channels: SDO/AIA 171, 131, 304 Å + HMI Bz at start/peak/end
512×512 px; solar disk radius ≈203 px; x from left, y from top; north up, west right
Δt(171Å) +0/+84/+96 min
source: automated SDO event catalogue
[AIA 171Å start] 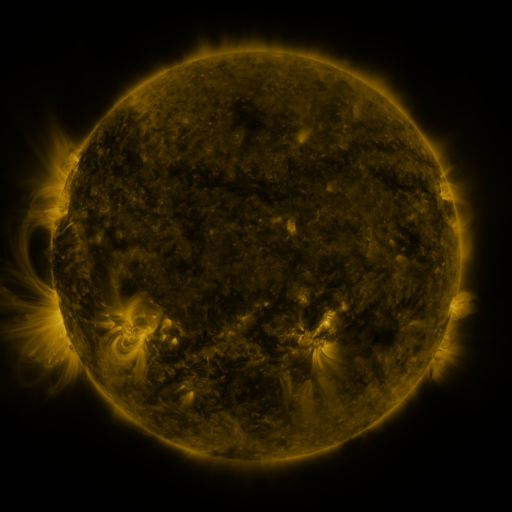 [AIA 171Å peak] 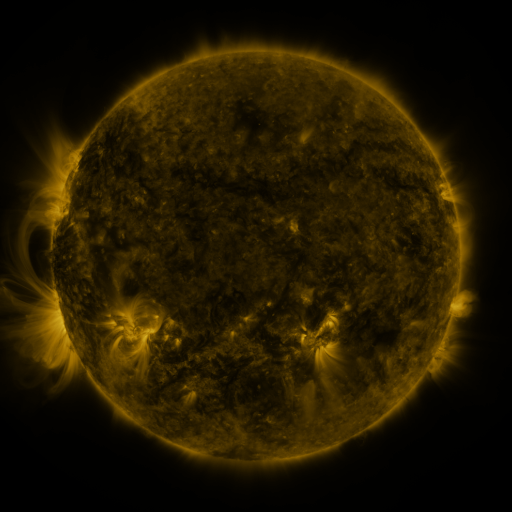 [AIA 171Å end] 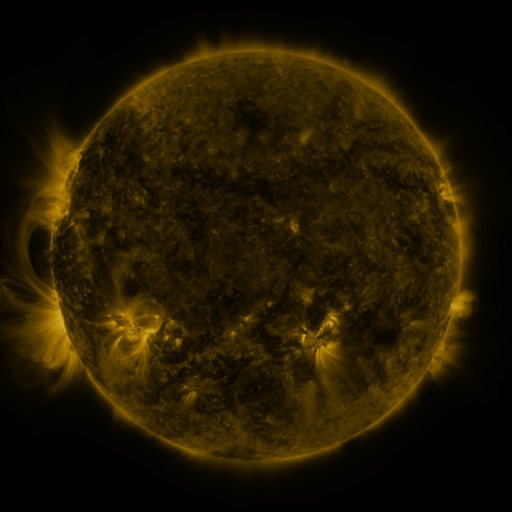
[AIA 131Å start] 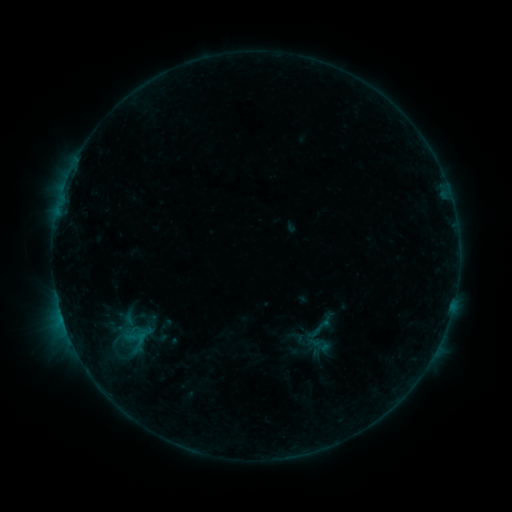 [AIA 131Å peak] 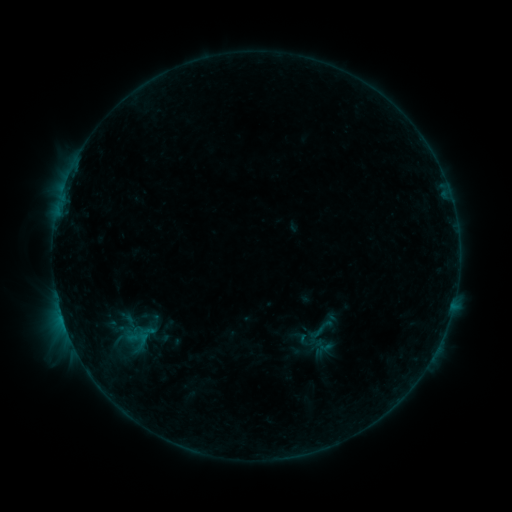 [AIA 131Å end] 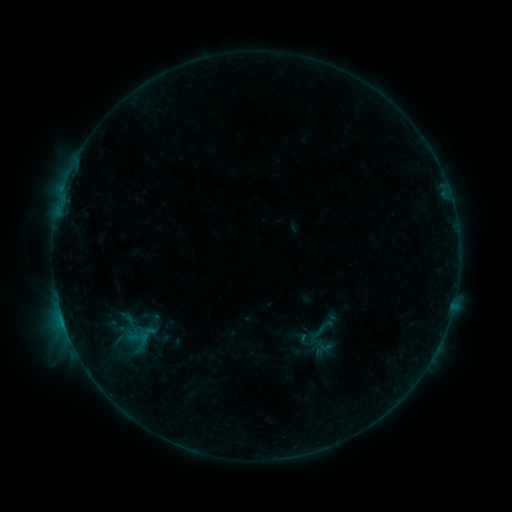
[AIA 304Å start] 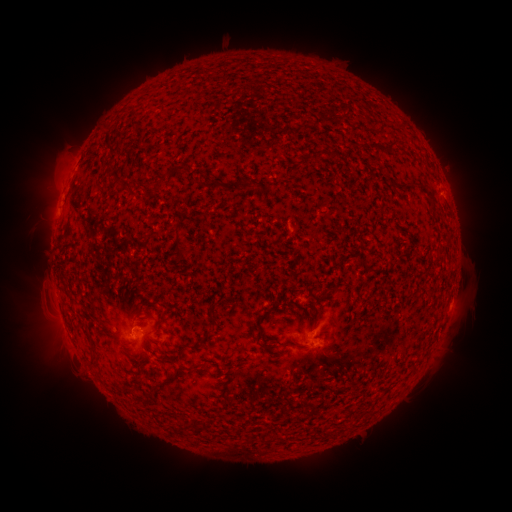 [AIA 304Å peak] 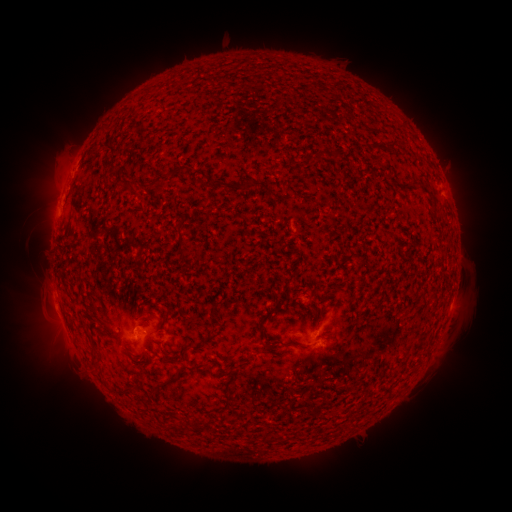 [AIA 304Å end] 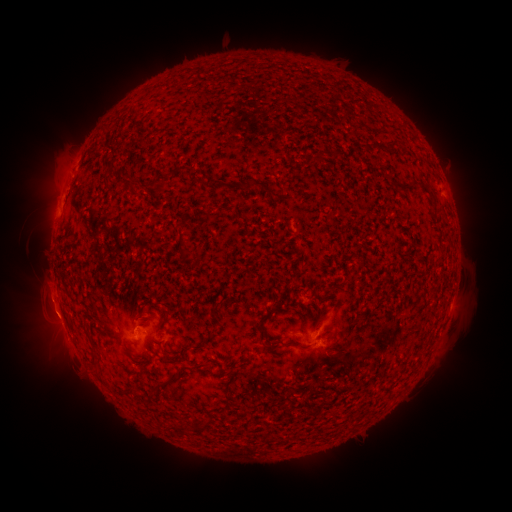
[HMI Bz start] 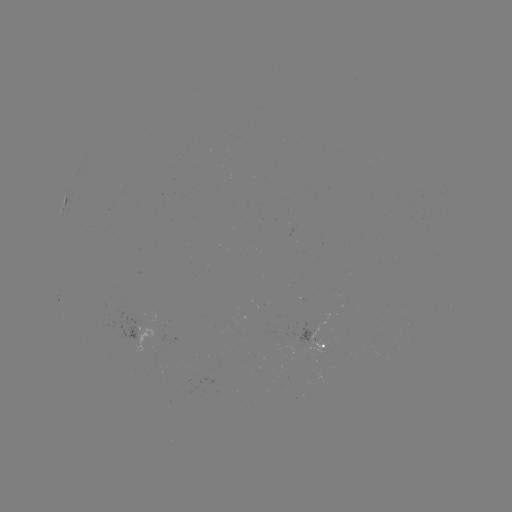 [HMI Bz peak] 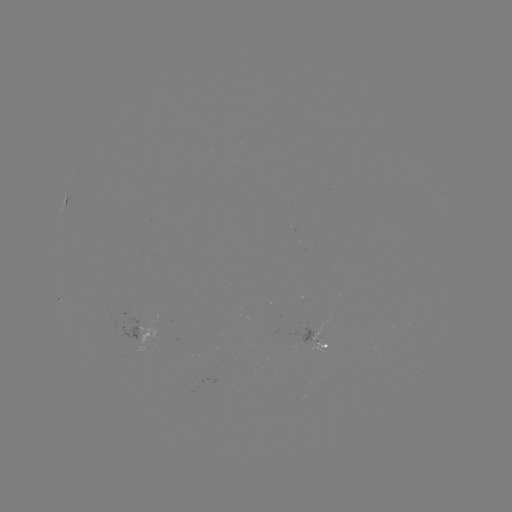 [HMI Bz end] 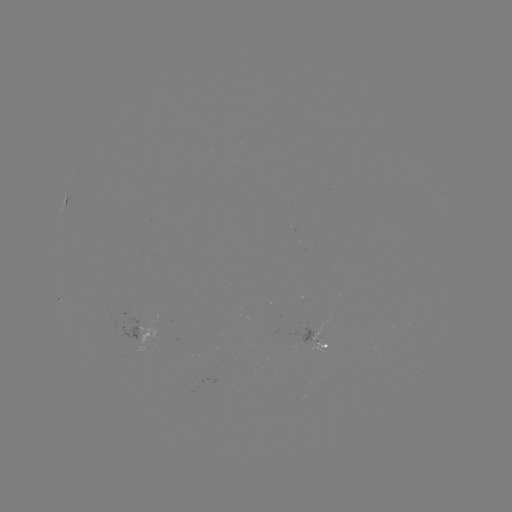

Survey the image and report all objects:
emerging-flux region: (312, 333)
